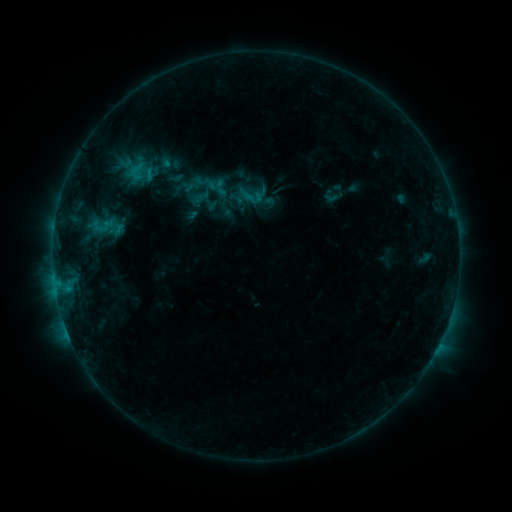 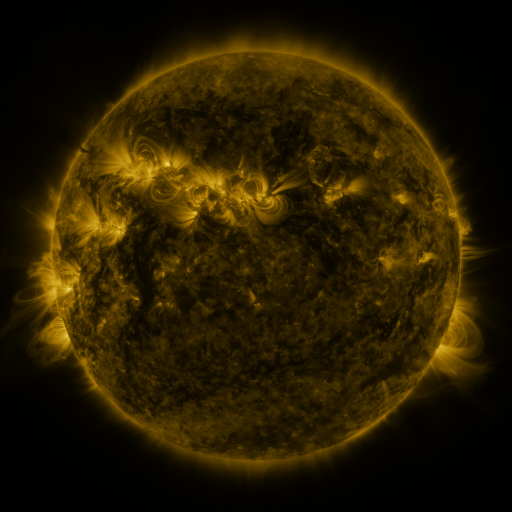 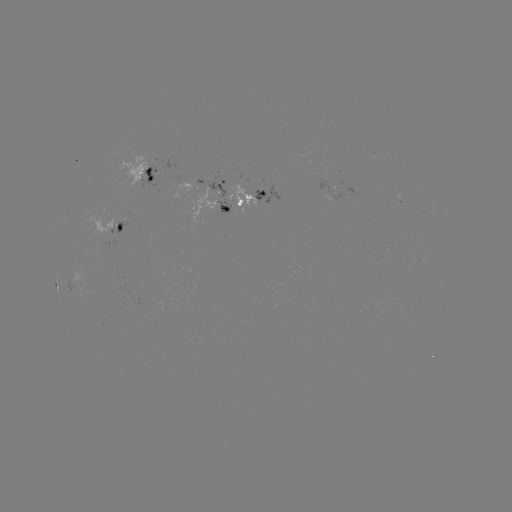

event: sigmoid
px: (201, 197)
